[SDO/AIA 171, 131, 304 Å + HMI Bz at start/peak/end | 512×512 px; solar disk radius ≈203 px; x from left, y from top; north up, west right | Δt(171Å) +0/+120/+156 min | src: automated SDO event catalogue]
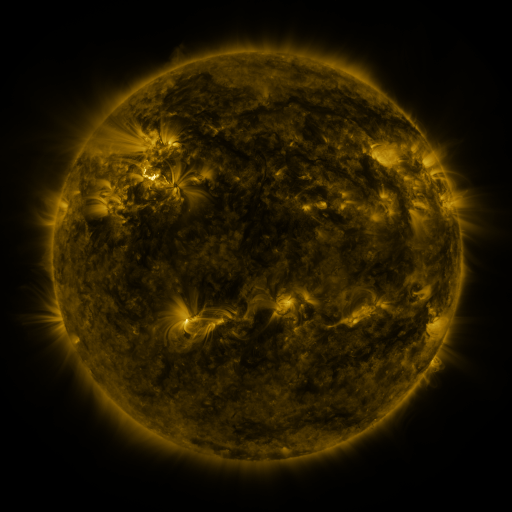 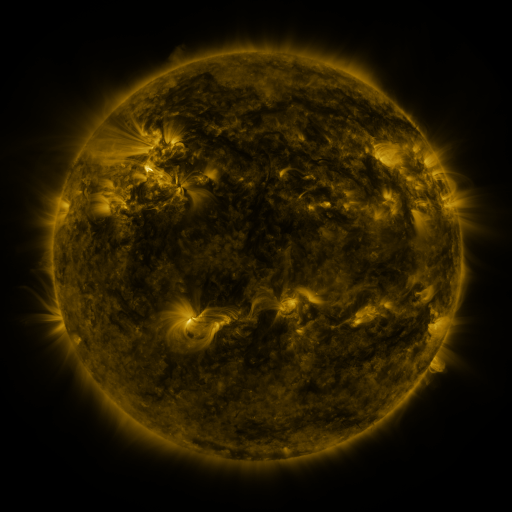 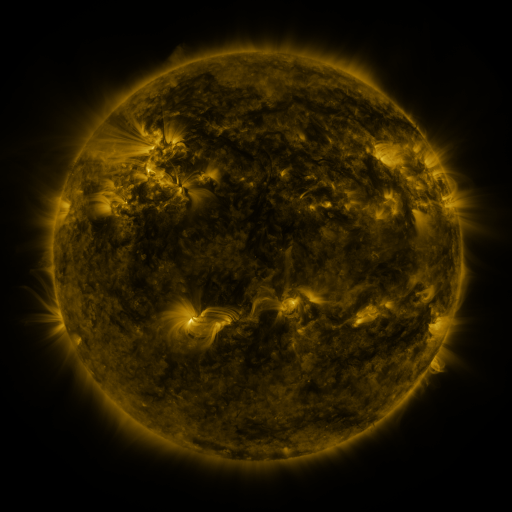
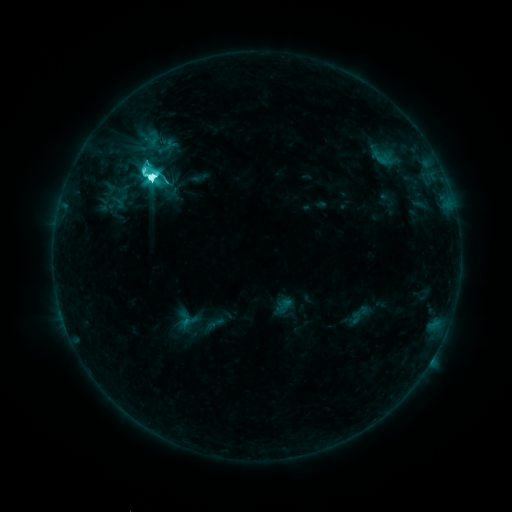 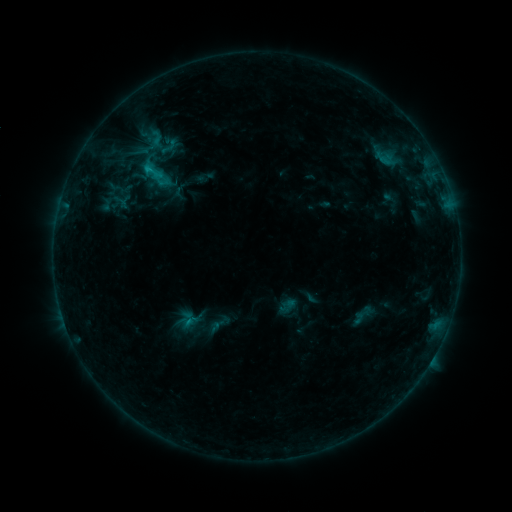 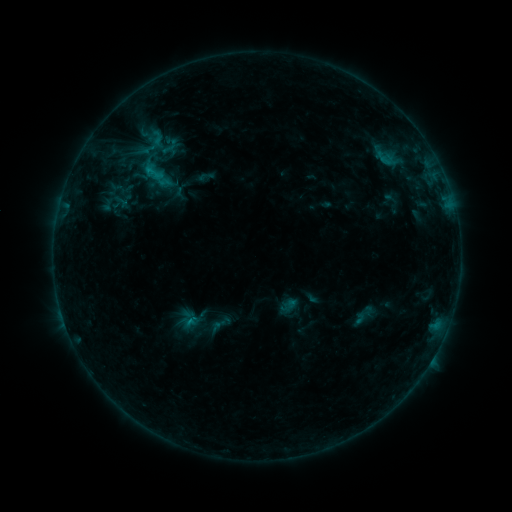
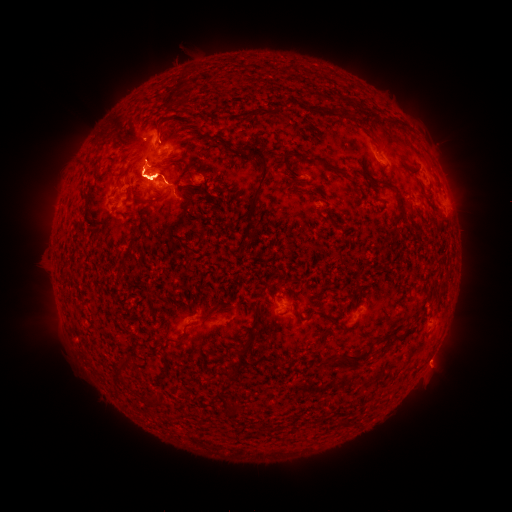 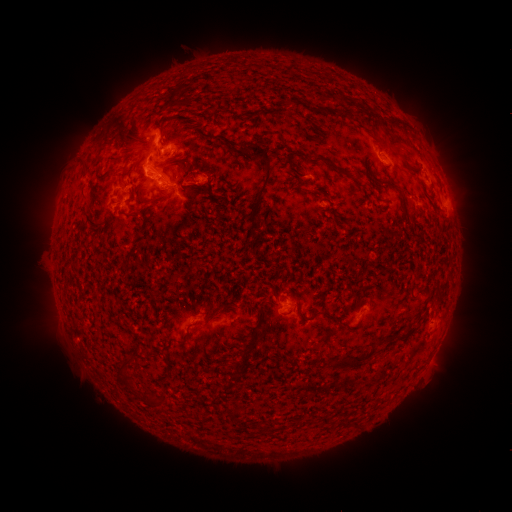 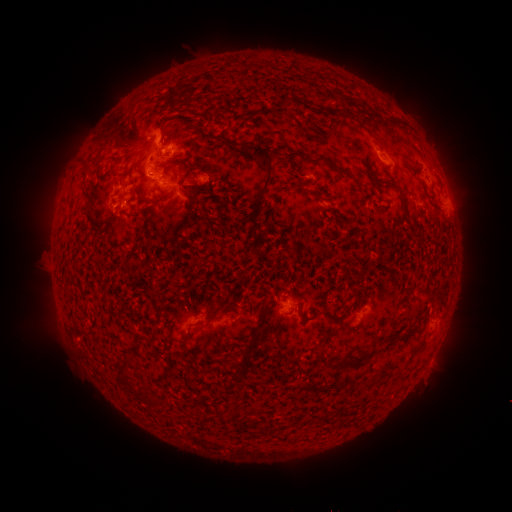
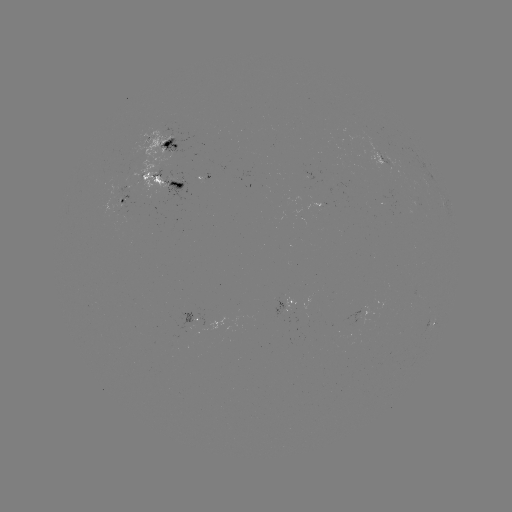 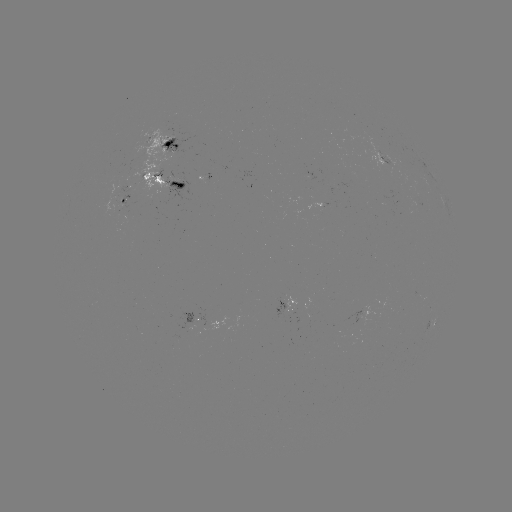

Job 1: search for emerging-flux region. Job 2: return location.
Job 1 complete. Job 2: (399, 187).